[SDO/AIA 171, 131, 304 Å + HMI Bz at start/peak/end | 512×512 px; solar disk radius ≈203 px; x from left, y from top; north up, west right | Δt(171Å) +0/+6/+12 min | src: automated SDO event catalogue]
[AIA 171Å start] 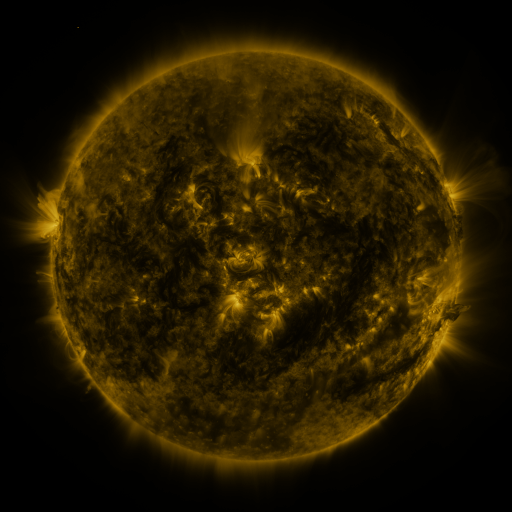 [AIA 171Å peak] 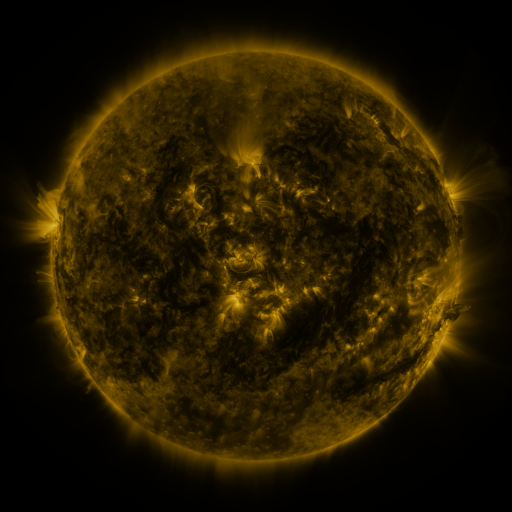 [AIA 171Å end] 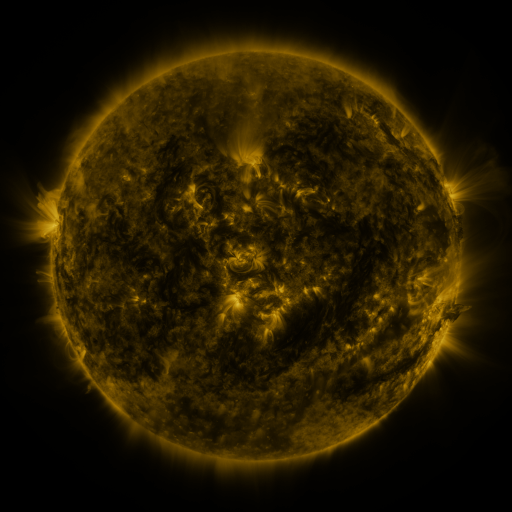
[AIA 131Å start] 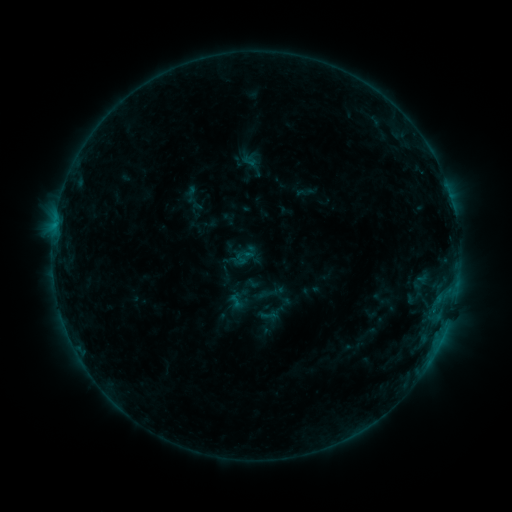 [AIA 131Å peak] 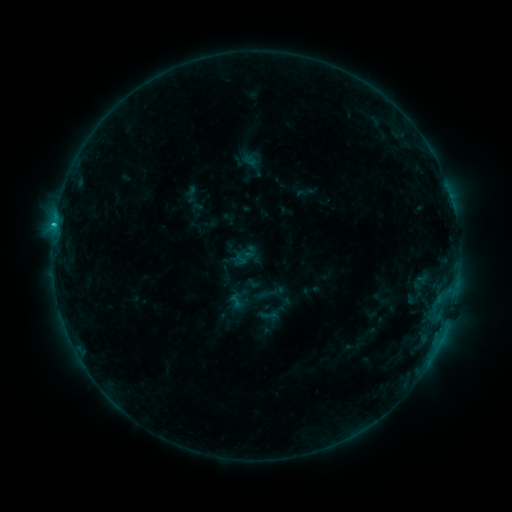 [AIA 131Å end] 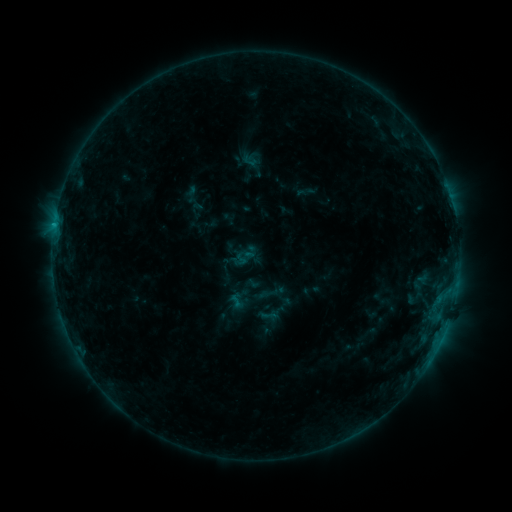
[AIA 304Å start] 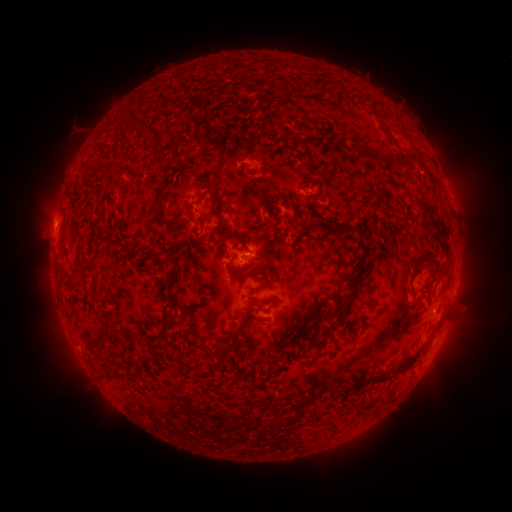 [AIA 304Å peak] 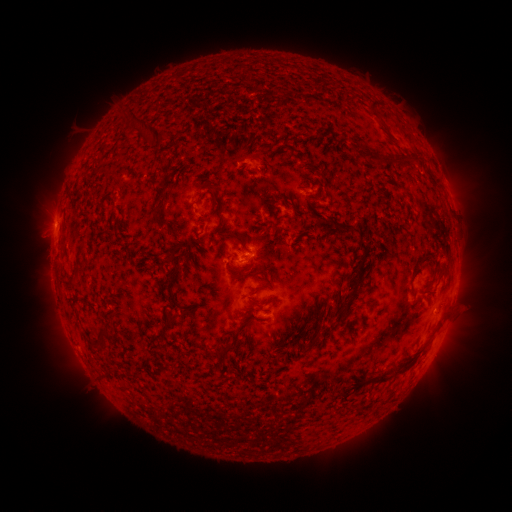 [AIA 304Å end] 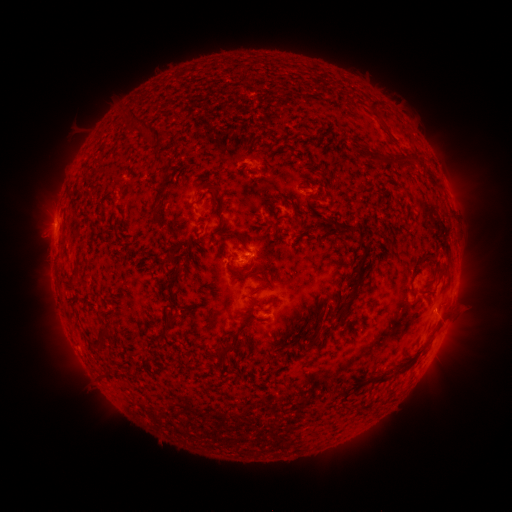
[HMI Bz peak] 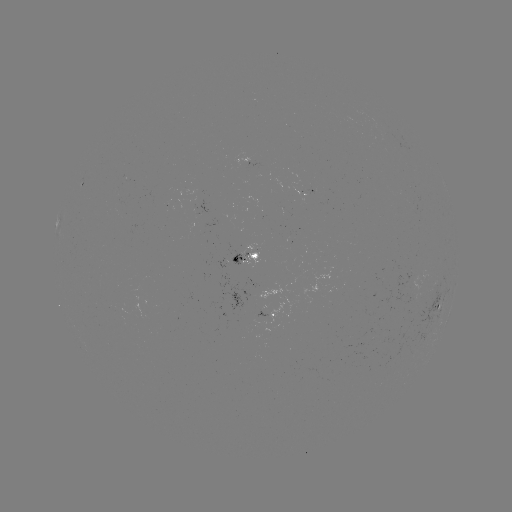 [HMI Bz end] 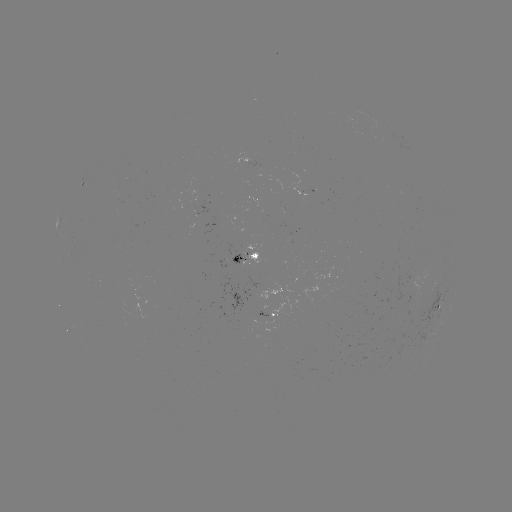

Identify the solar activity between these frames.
B8.6 flare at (54, 227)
